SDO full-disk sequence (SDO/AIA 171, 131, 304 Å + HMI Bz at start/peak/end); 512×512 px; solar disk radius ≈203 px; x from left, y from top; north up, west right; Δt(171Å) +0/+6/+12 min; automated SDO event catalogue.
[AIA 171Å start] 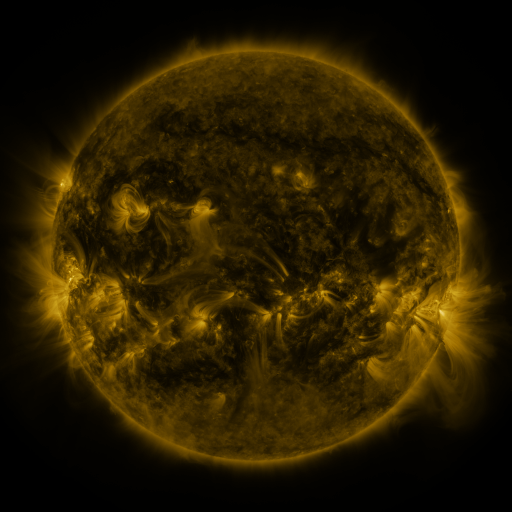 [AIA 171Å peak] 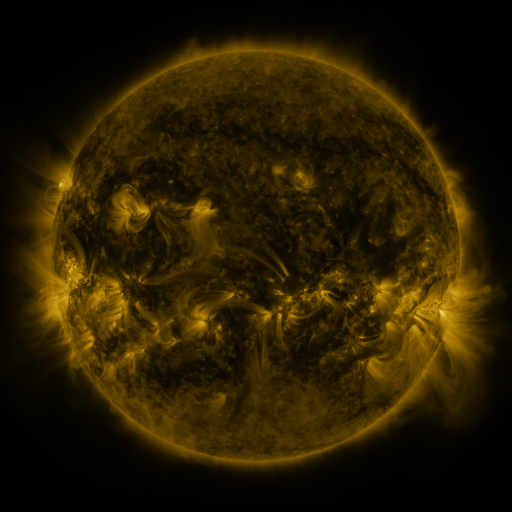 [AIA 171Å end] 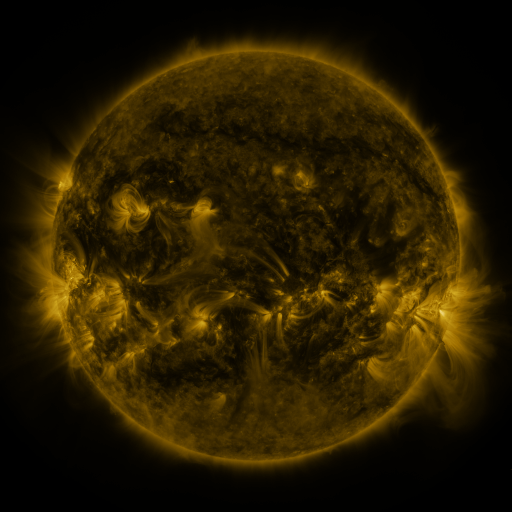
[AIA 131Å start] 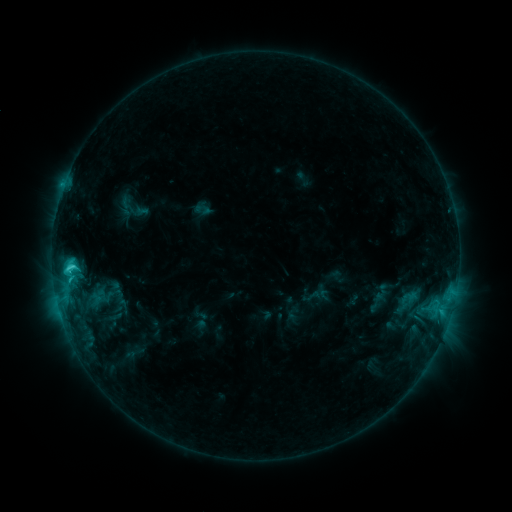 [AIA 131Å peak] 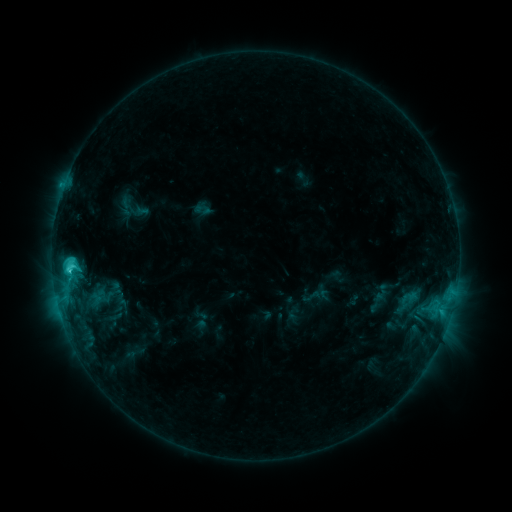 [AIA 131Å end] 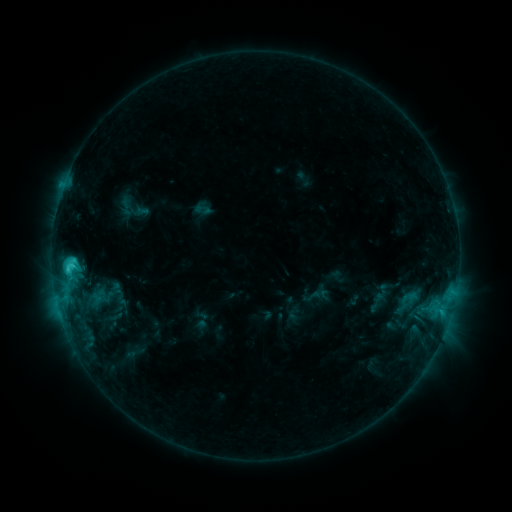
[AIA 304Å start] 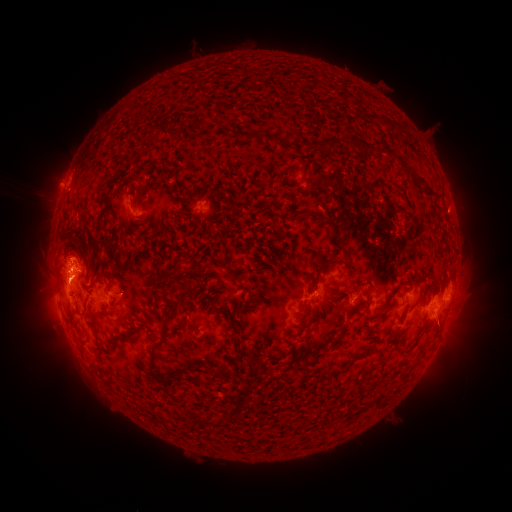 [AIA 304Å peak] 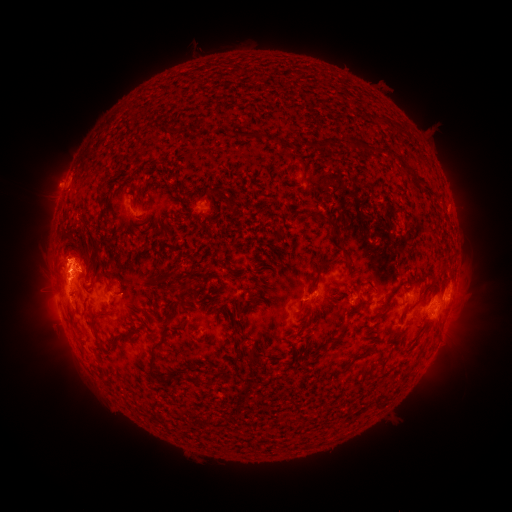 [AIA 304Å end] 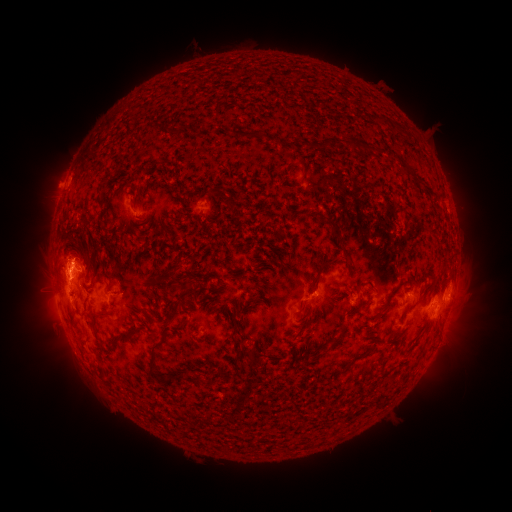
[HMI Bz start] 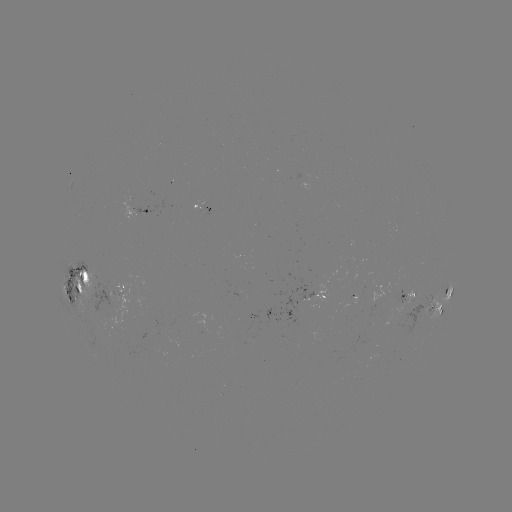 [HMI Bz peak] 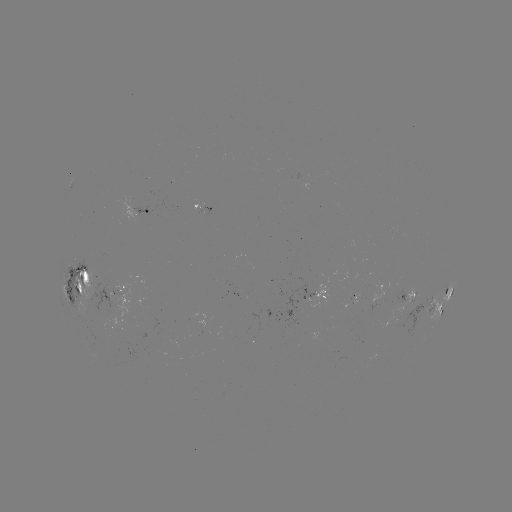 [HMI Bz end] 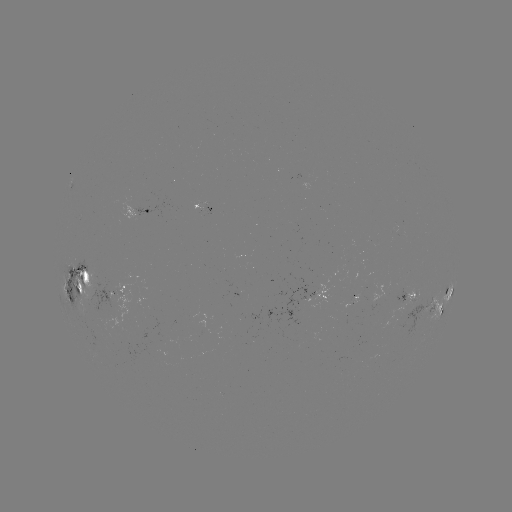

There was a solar eruption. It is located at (65, 253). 